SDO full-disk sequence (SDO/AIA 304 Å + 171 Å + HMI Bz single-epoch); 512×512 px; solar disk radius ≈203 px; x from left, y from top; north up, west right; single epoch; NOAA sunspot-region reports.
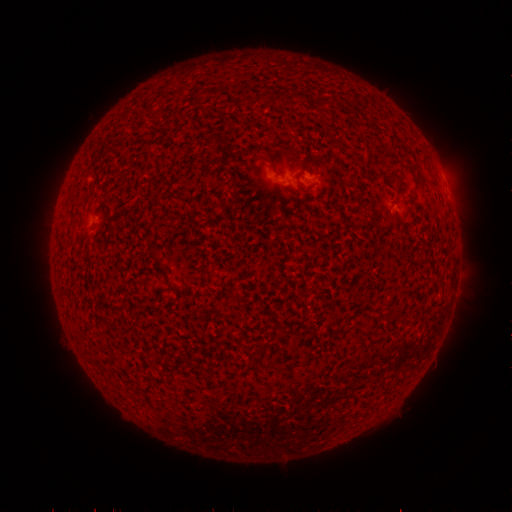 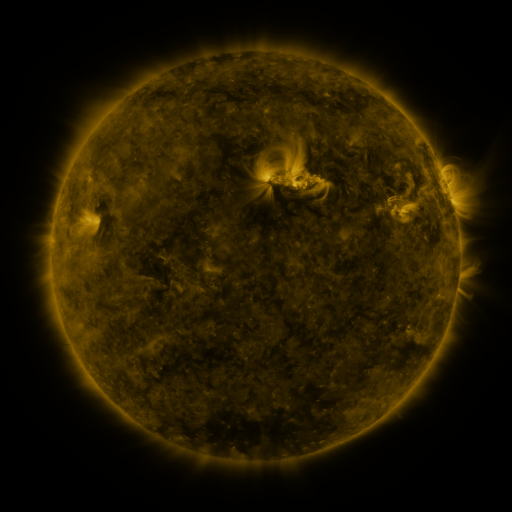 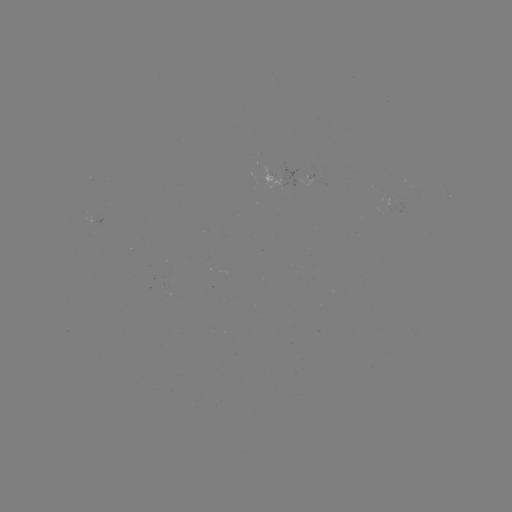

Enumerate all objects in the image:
spotted active region: (290, 179)
spotted active region: (313, 179)
spotted active region: (449, 197)
